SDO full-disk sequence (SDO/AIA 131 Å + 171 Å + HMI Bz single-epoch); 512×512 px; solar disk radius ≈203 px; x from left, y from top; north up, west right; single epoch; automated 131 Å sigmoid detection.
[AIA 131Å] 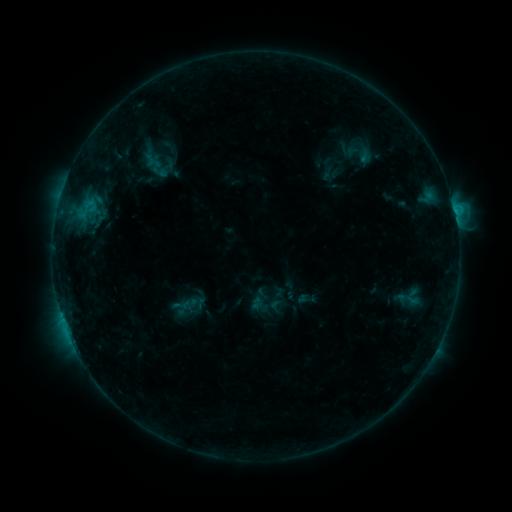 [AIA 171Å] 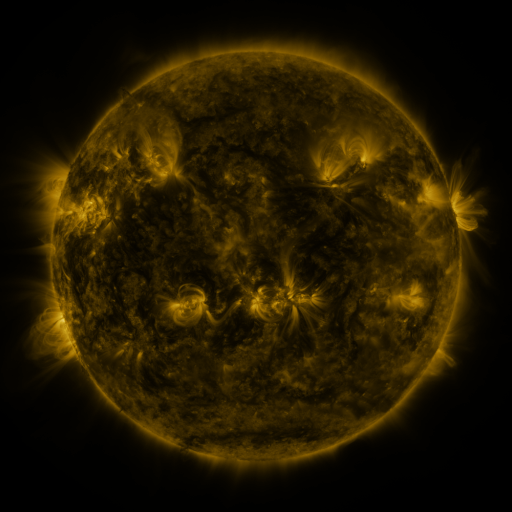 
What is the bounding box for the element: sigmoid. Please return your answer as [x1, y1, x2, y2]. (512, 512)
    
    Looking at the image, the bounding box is [268, 297, 284, 314].